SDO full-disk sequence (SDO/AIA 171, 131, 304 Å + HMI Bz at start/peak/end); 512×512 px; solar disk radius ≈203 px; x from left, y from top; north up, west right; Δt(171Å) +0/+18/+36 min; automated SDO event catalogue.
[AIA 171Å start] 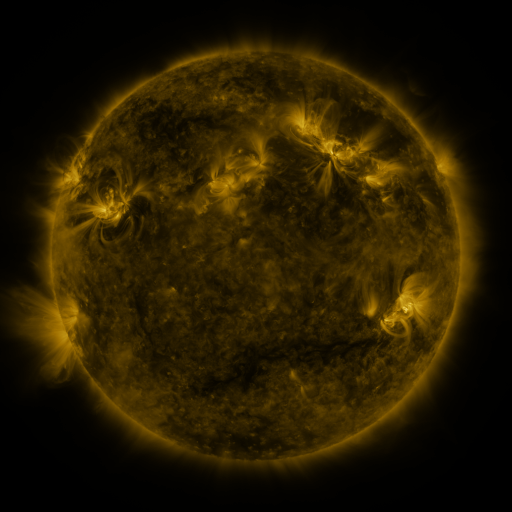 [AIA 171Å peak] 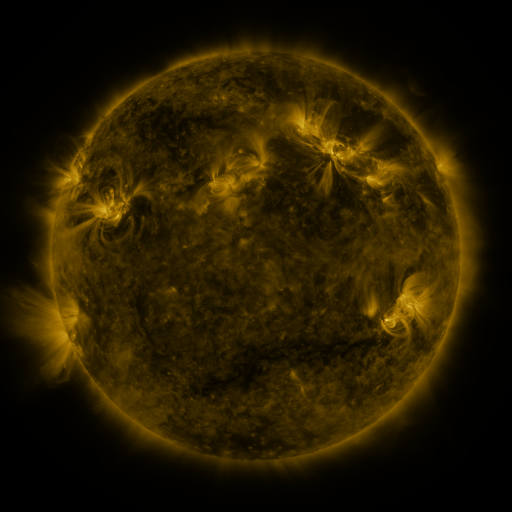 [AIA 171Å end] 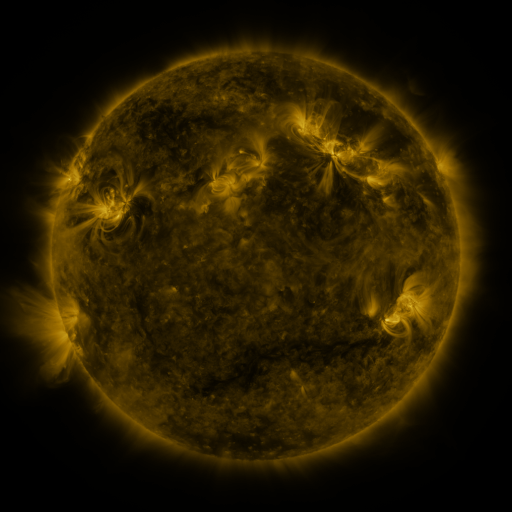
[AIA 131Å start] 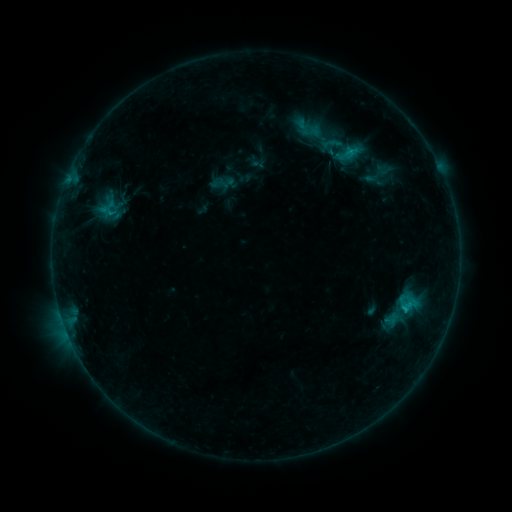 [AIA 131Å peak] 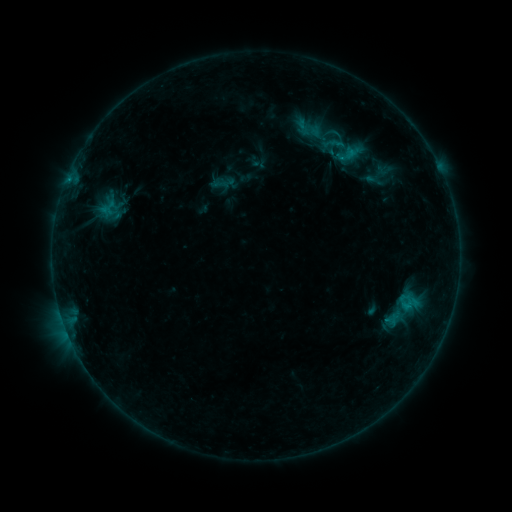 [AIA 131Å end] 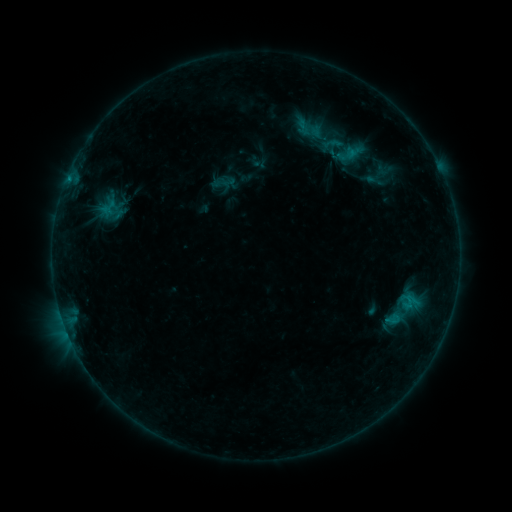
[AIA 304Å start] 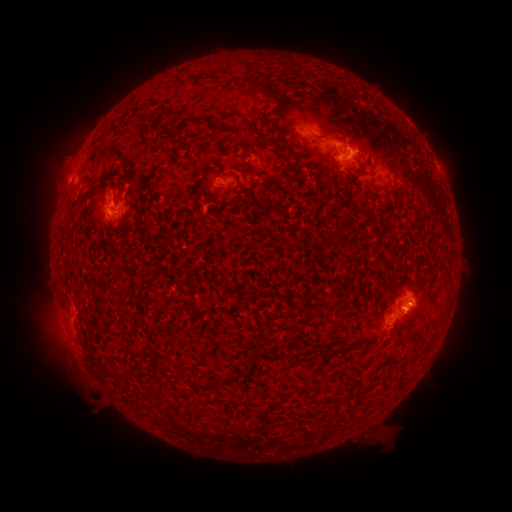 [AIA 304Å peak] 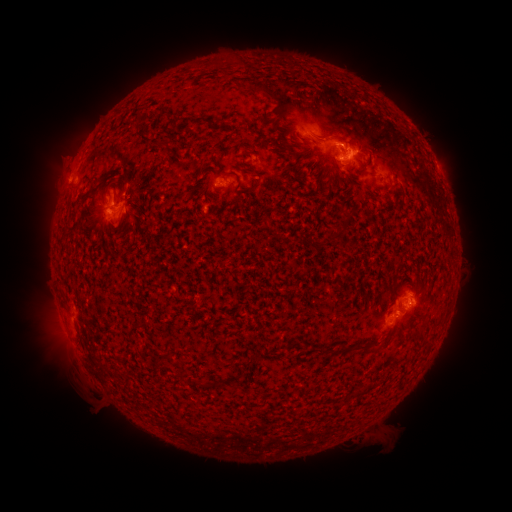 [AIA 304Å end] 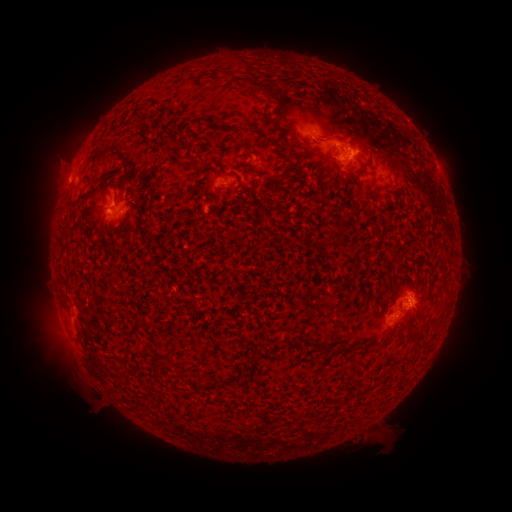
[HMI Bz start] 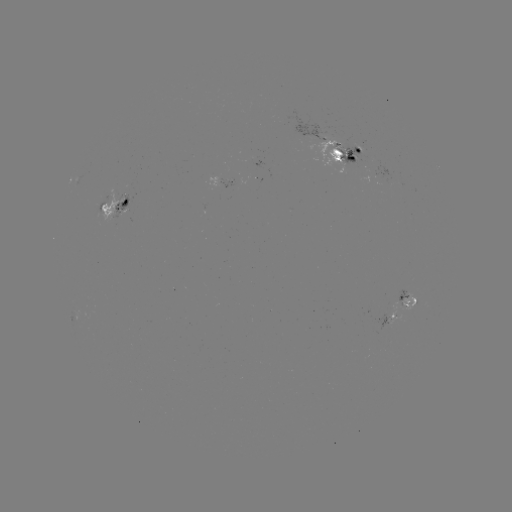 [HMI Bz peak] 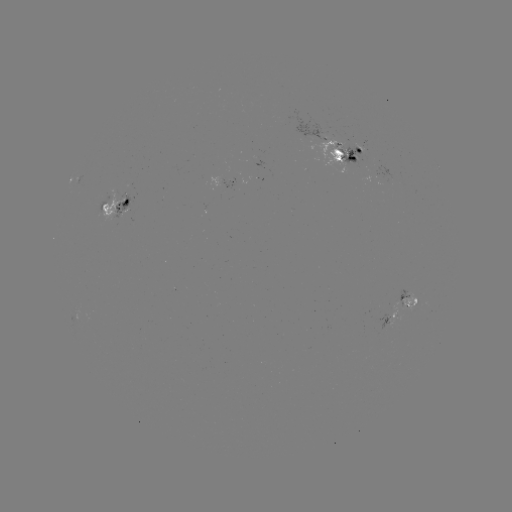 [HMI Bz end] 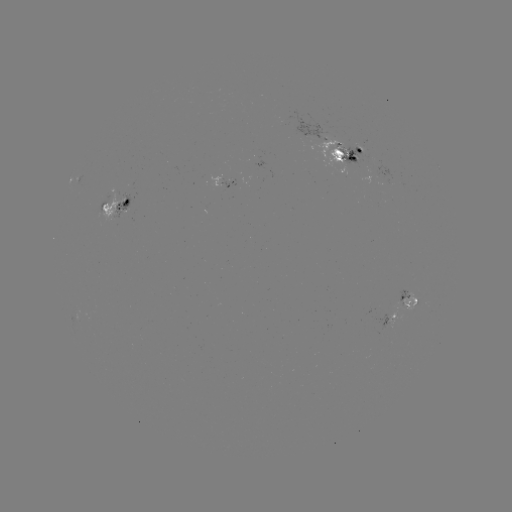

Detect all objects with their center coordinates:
emerging-flux region: (336, 148)
